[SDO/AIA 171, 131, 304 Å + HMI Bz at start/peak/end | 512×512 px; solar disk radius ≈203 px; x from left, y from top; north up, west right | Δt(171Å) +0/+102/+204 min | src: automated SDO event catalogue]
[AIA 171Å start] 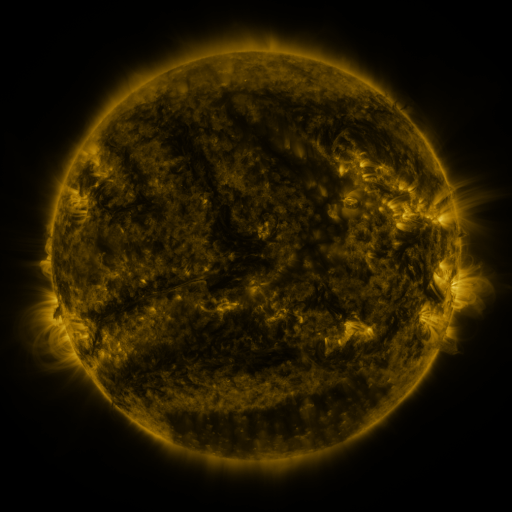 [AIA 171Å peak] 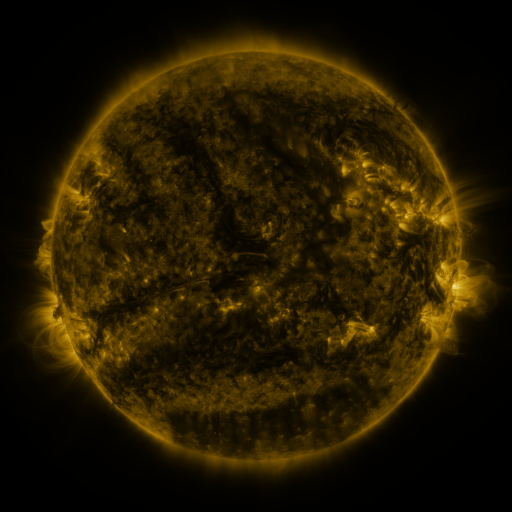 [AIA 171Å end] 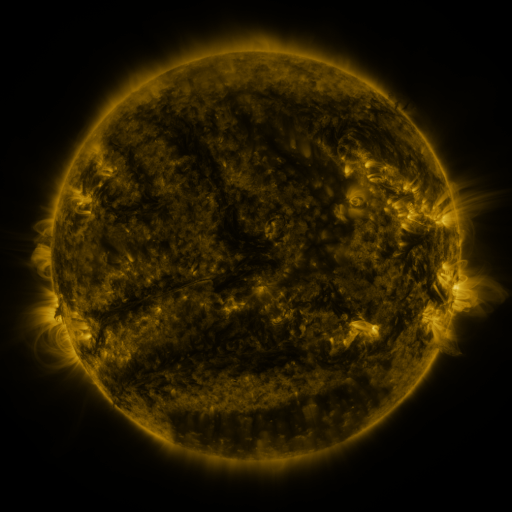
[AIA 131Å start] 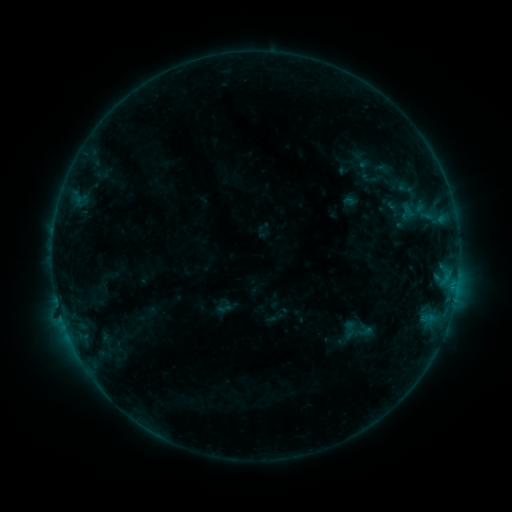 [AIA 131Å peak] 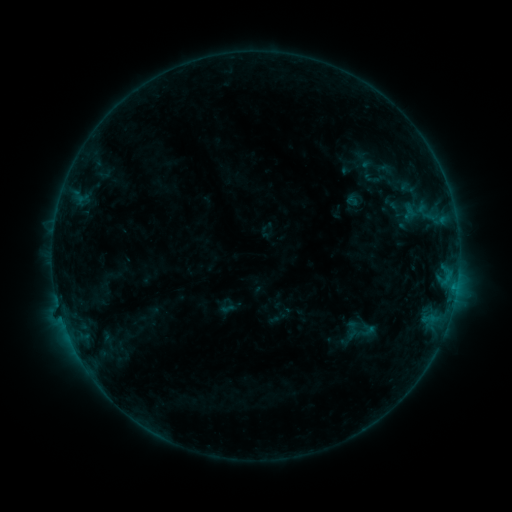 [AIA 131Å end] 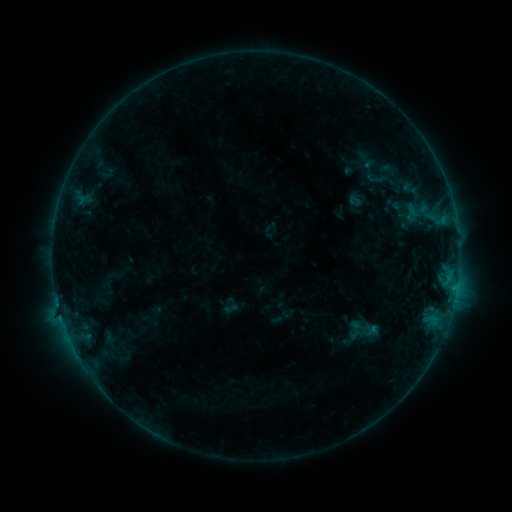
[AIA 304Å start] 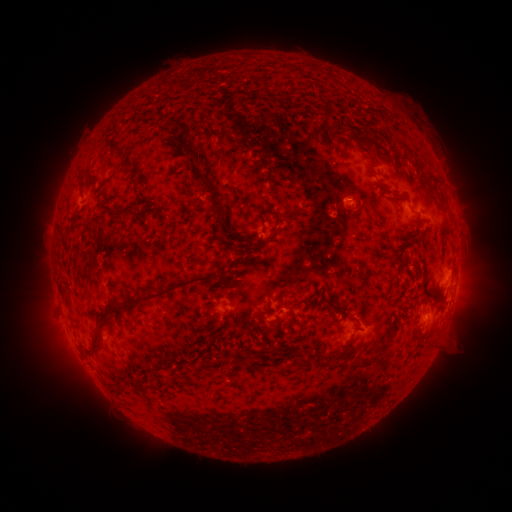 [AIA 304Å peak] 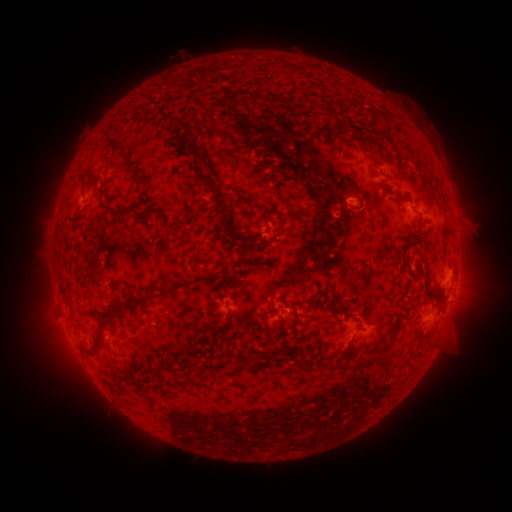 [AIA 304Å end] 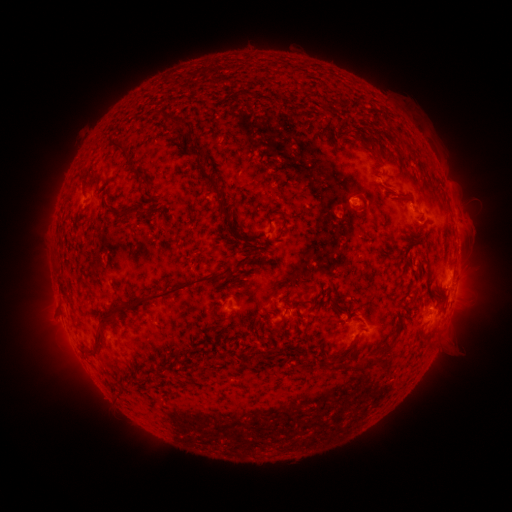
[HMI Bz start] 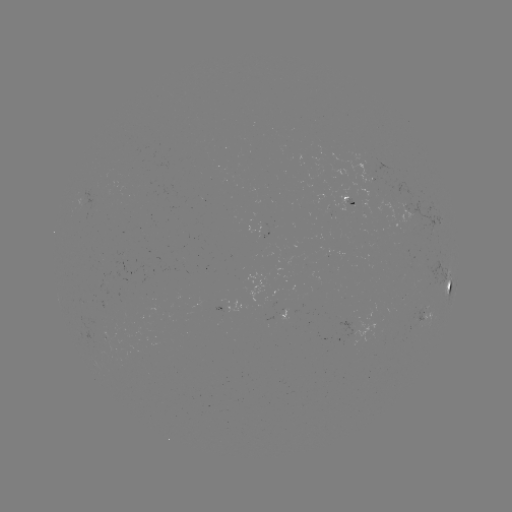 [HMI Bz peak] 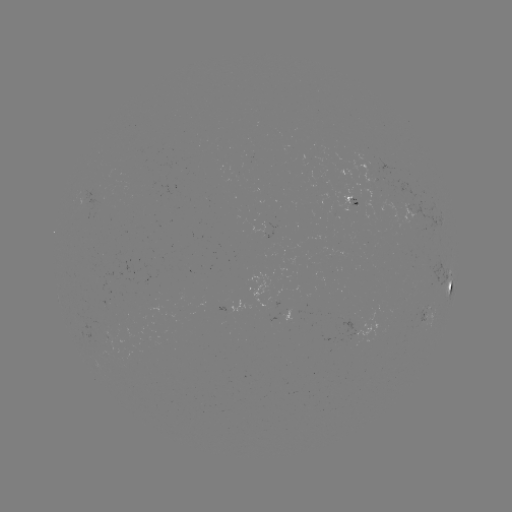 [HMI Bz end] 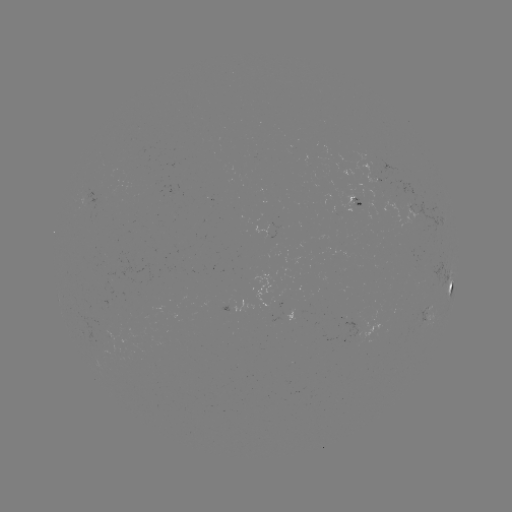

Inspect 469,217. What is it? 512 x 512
filament eruption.